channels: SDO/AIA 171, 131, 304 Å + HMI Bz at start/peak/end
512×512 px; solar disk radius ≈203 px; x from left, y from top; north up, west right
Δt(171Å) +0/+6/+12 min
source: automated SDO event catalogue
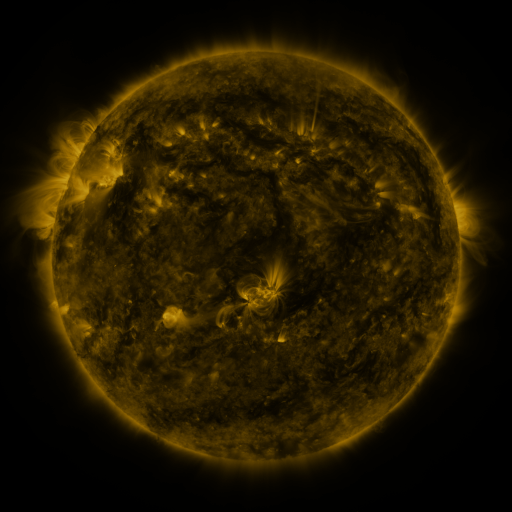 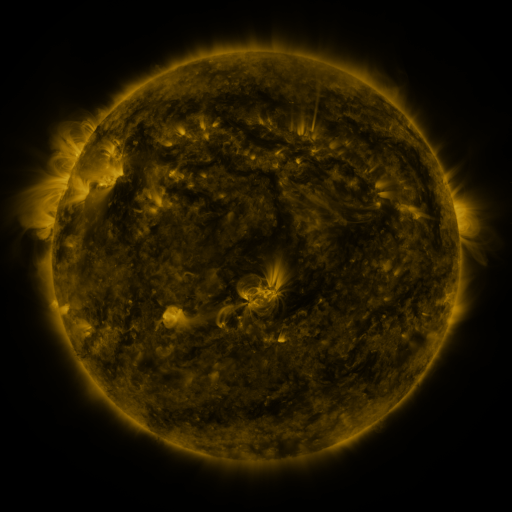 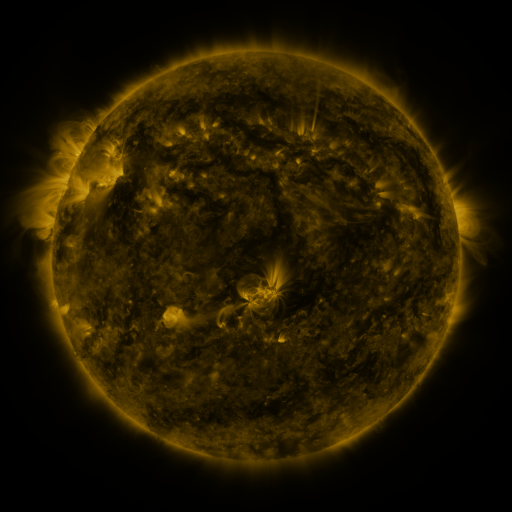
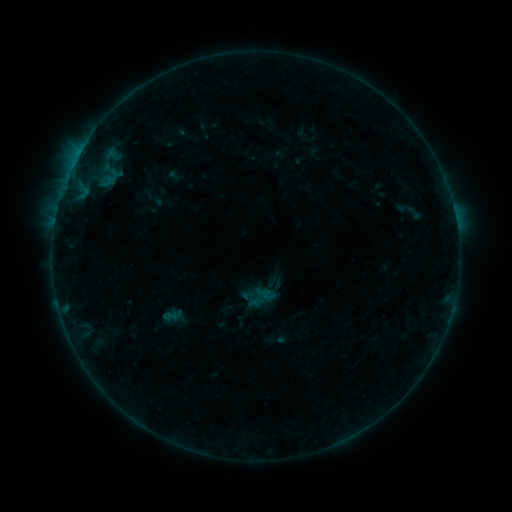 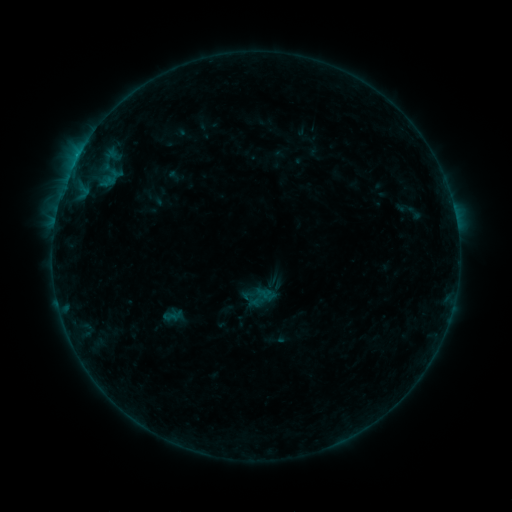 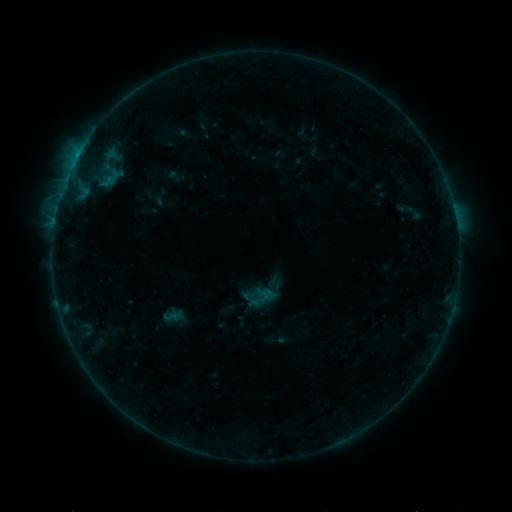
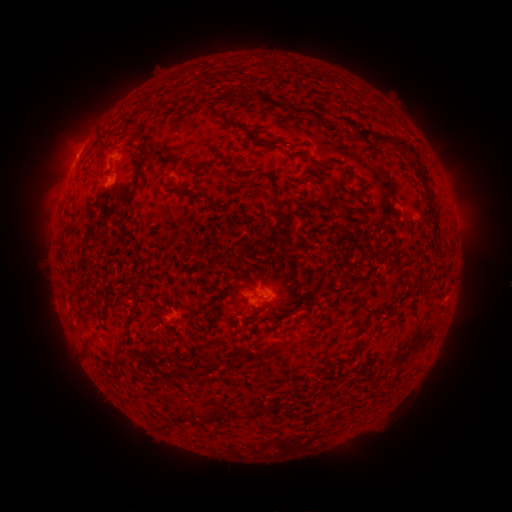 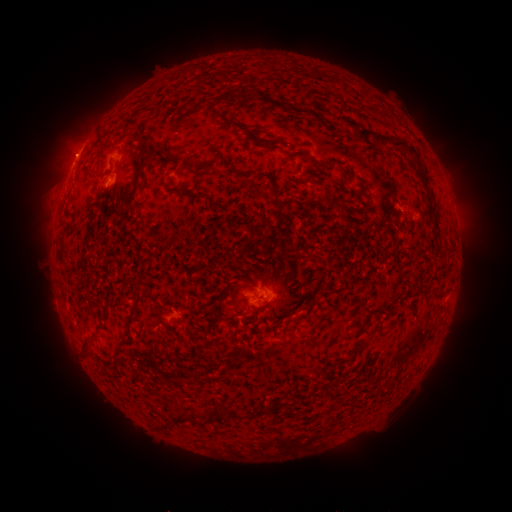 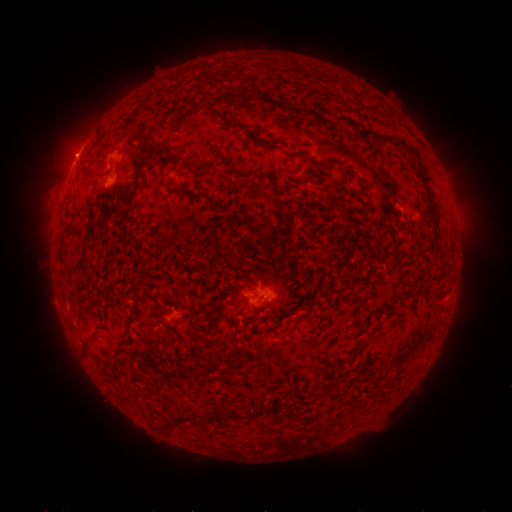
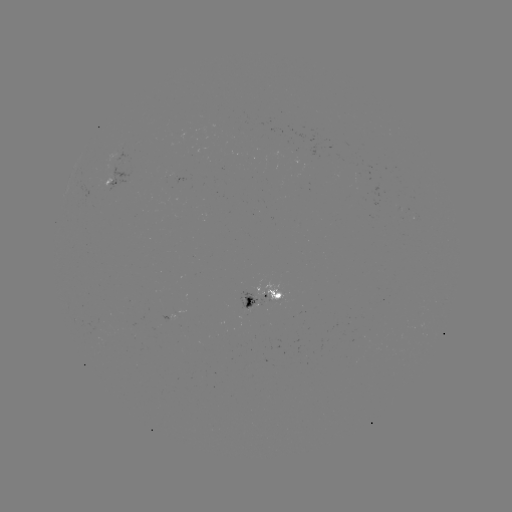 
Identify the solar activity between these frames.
eruption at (72, 153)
